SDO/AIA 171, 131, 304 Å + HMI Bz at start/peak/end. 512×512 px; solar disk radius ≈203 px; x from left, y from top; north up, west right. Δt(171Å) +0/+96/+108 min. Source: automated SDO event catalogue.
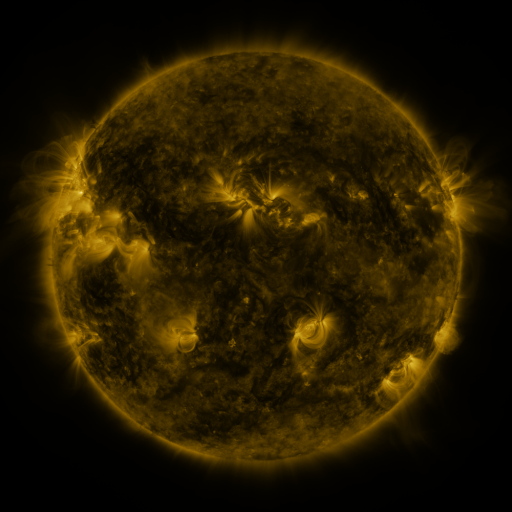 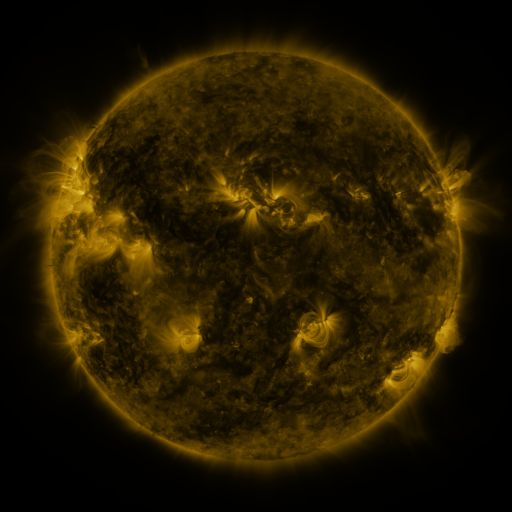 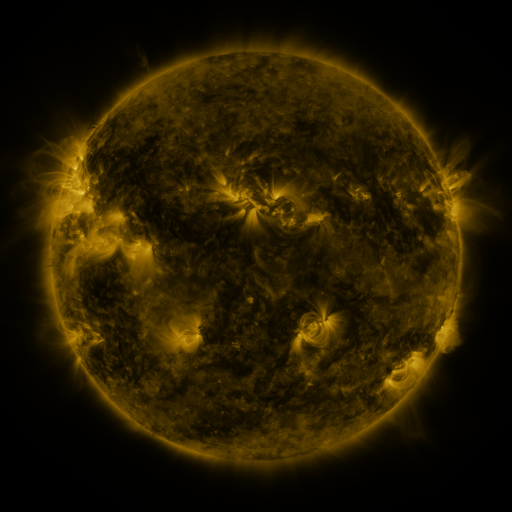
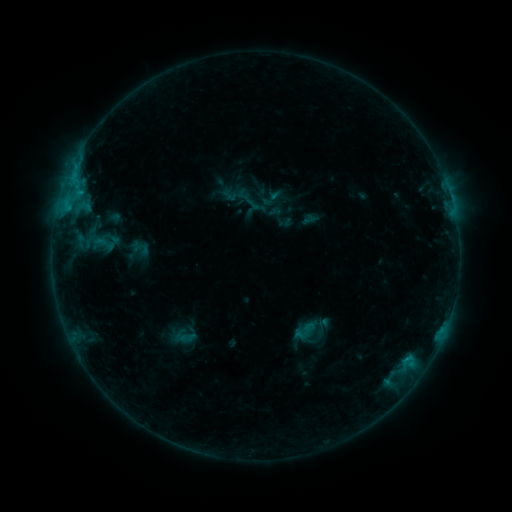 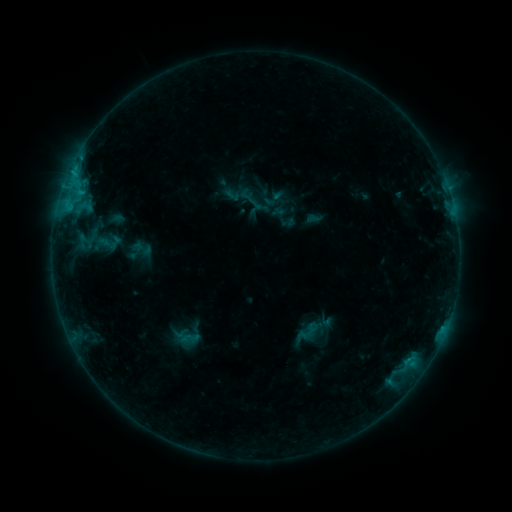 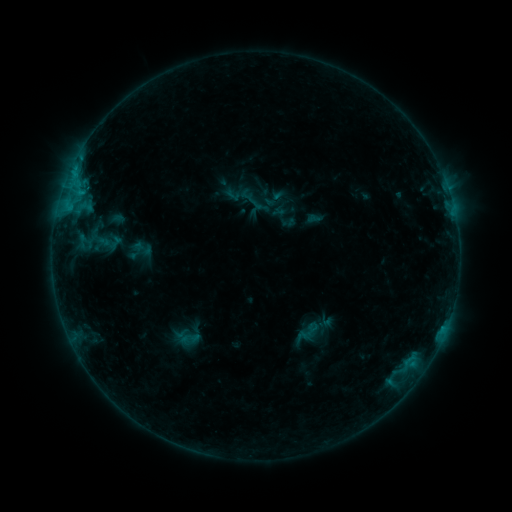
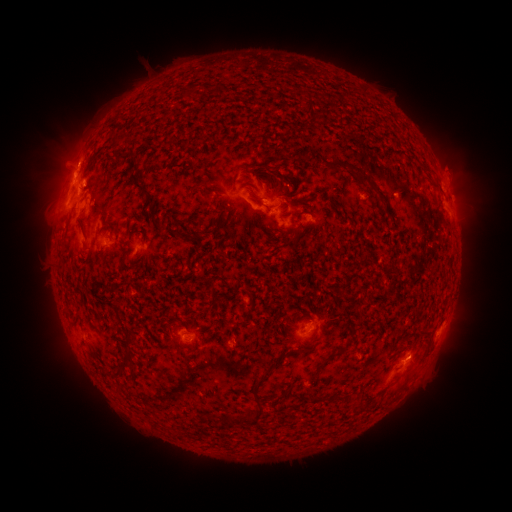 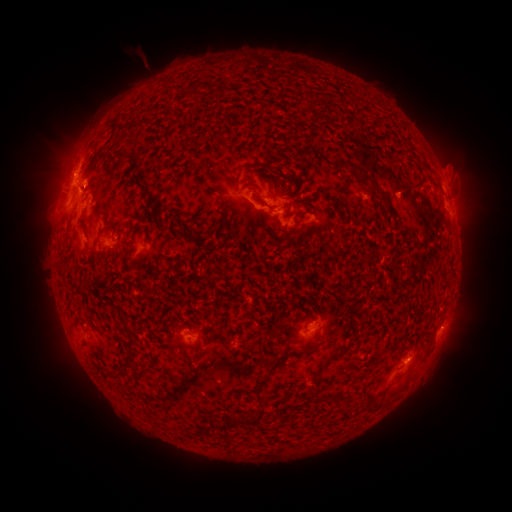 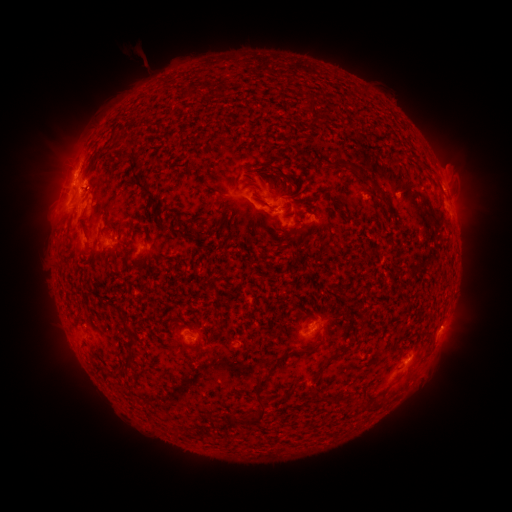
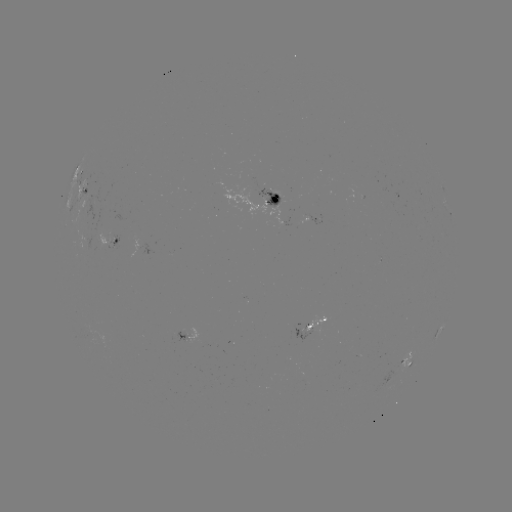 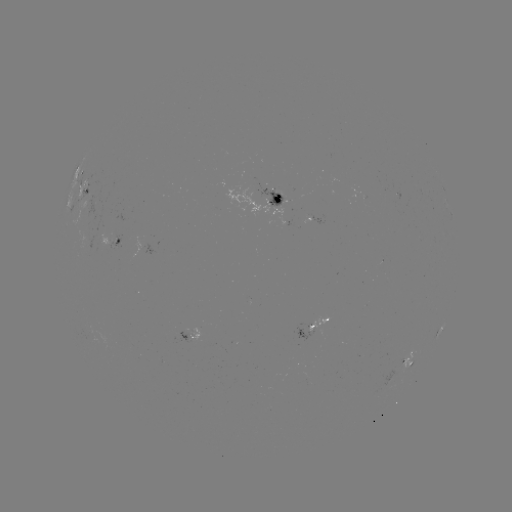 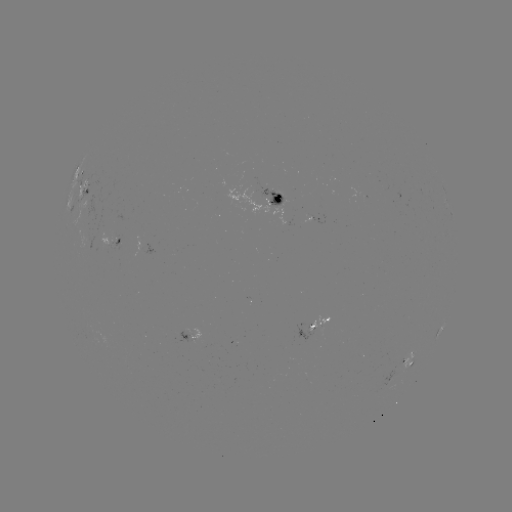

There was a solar emerging-flux region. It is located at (188, 339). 